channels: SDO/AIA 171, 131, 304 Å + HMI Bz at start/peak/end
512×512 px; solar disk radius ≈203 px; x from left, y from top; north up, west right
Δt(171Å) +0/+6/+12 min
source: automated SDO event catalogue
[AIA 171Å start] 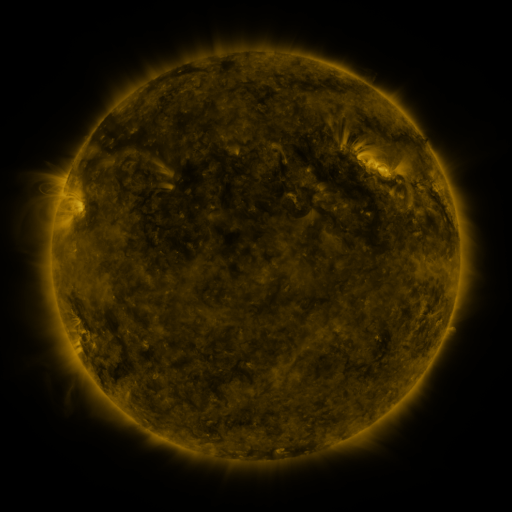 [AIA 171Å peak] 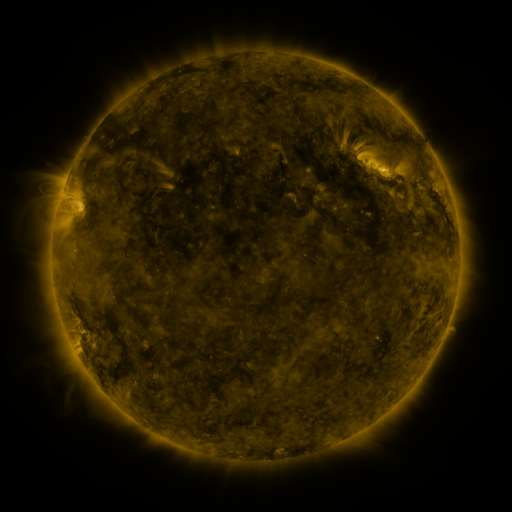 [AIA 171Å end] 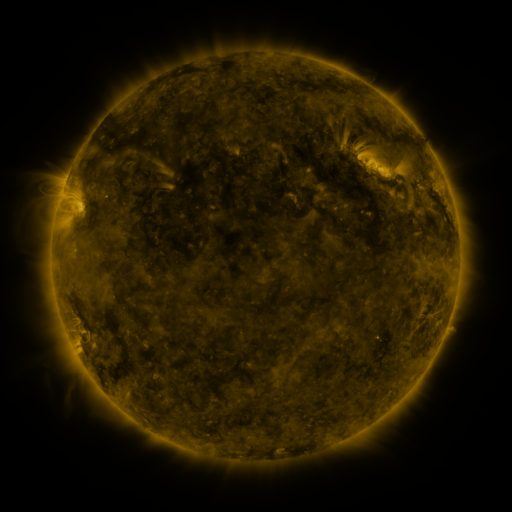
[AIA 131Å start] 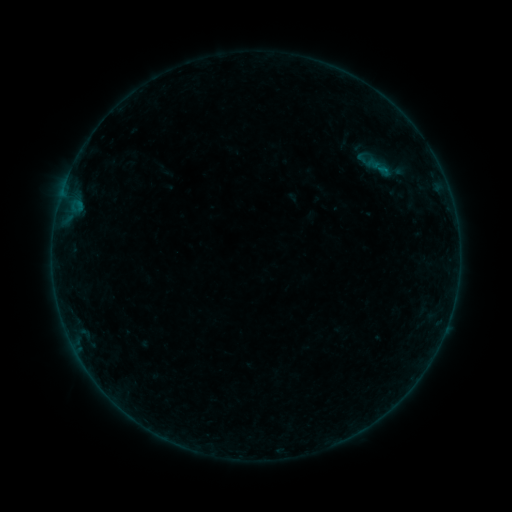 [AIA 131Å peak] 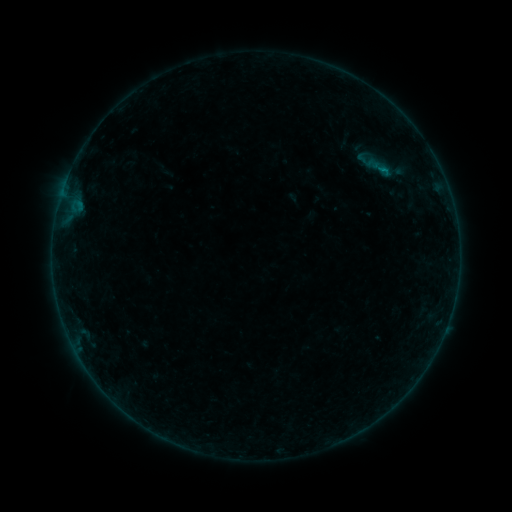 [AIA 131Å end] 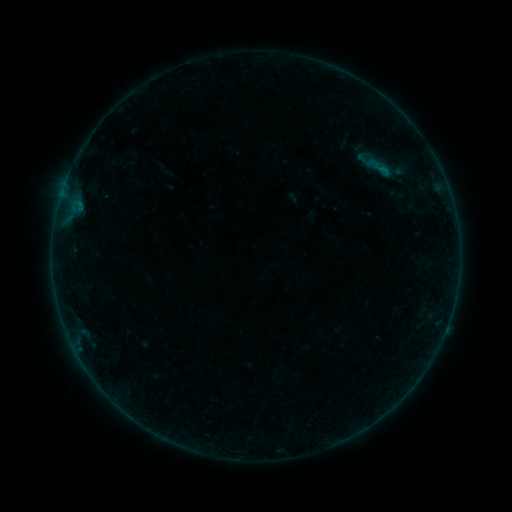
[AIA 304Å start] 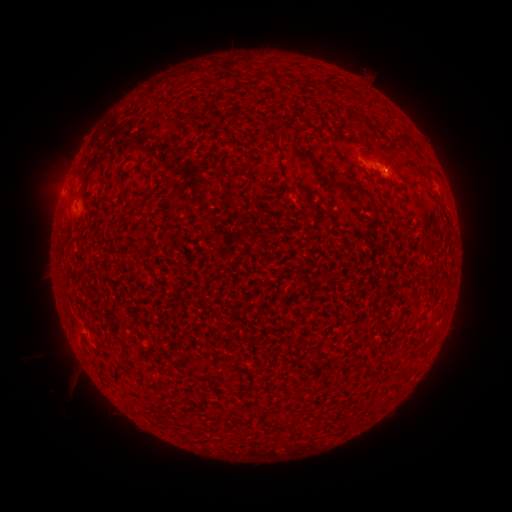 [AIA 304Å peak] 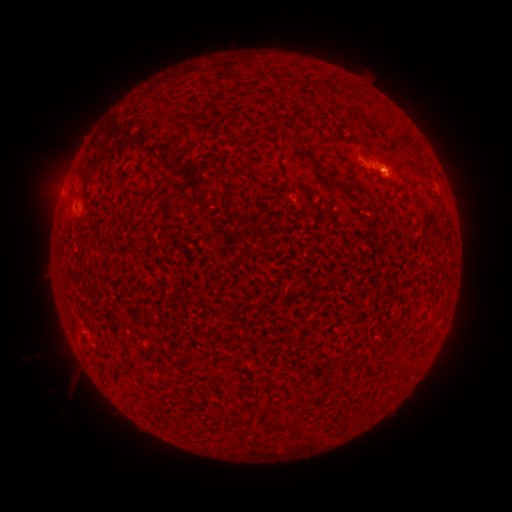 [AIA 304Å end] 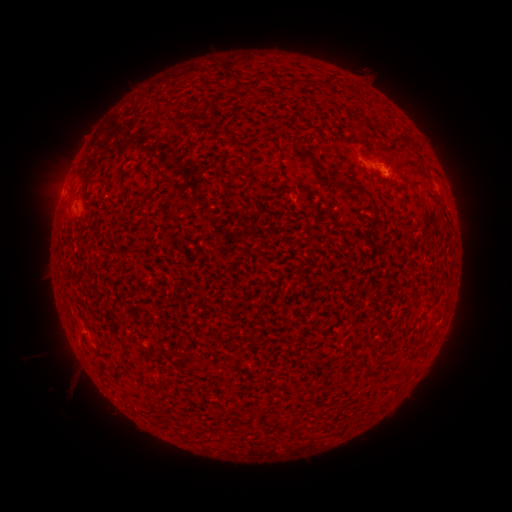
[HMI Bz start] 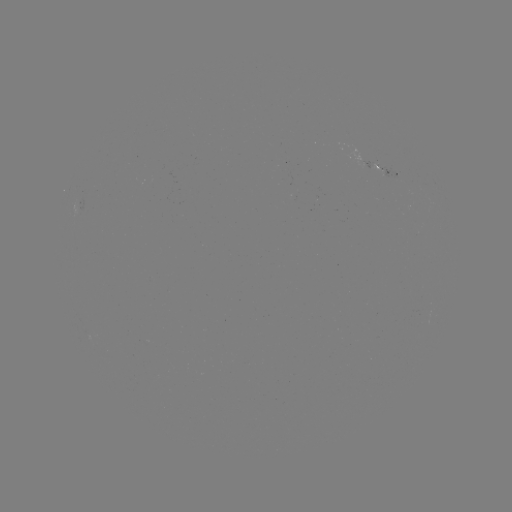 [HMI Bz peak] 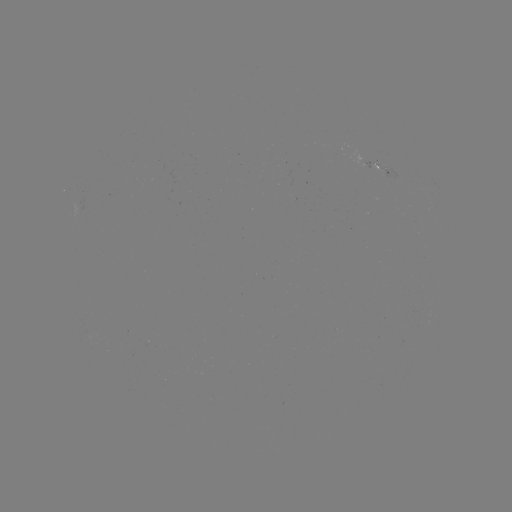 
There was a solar flare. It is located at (384, 174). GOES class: B1.1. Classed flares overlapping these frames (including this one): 1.